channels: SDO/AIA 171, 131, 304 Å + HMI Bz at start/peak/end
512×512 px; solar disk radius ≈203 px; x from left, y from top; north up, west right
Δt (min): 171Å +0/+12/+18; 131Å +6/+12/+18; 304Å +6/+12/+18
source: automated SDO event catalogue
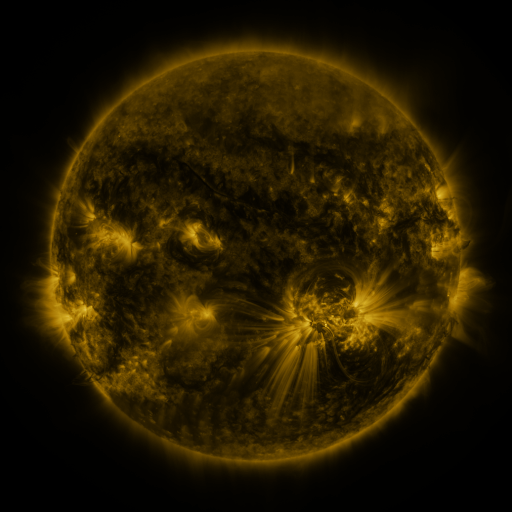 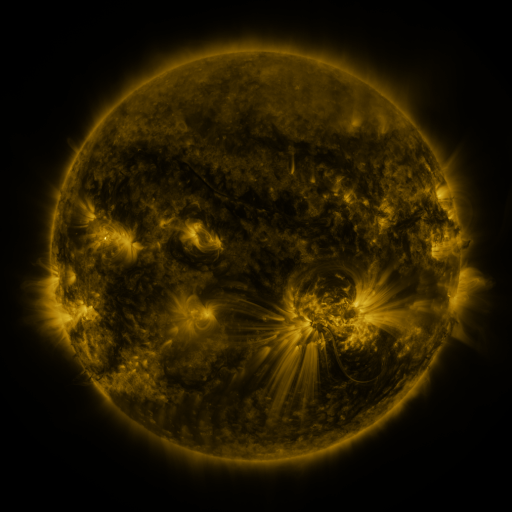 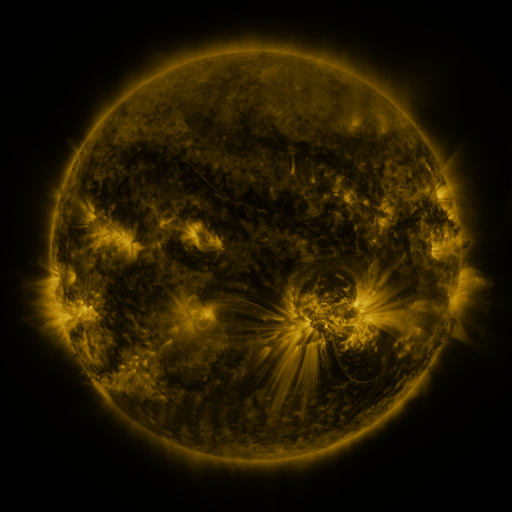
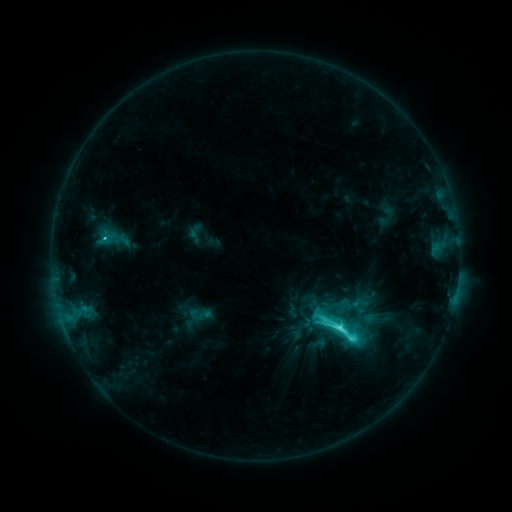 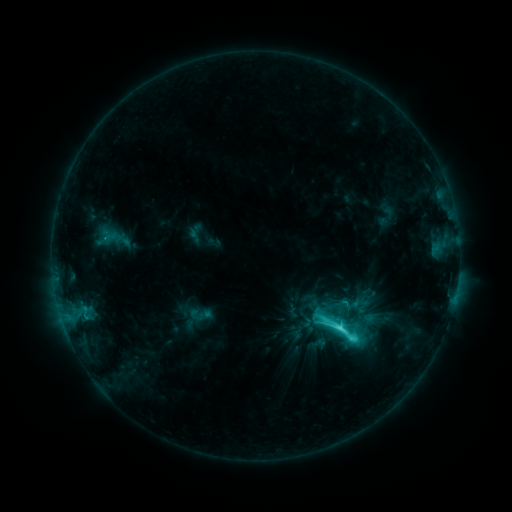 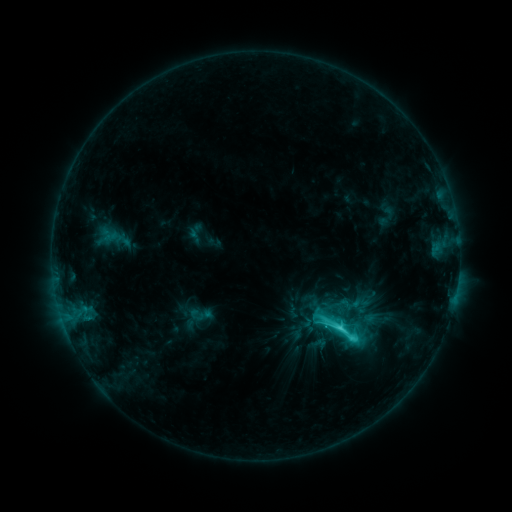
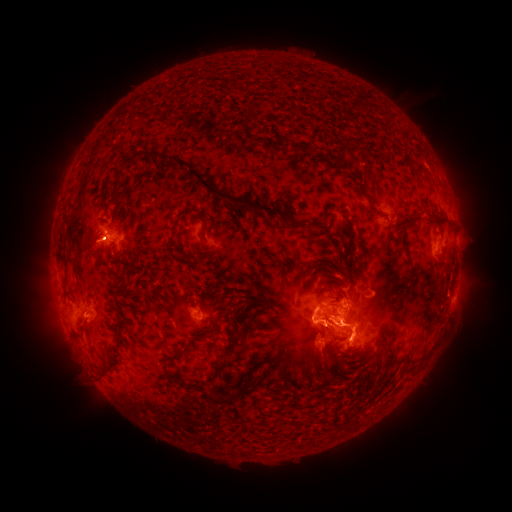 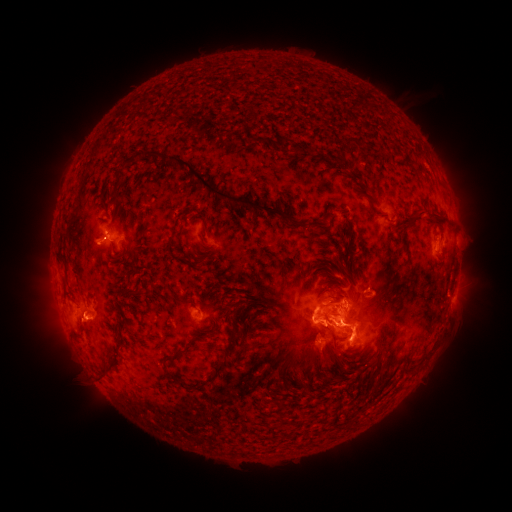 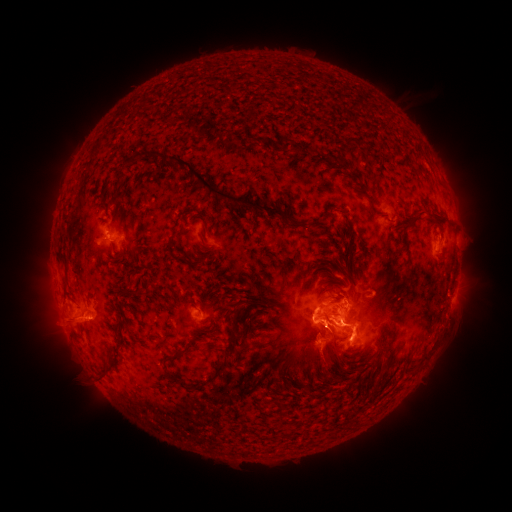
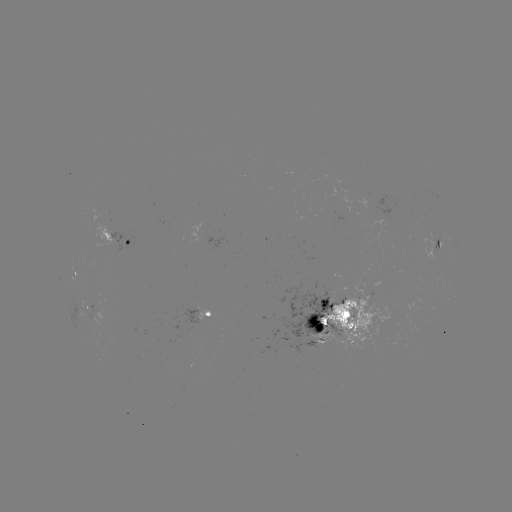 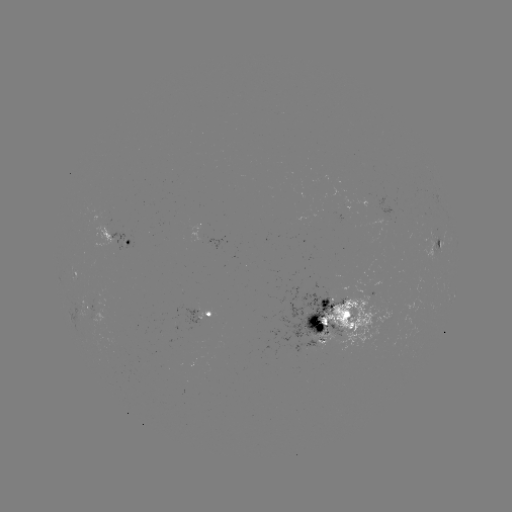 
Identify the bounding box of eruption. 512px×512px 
[35, 302, 107, 350].